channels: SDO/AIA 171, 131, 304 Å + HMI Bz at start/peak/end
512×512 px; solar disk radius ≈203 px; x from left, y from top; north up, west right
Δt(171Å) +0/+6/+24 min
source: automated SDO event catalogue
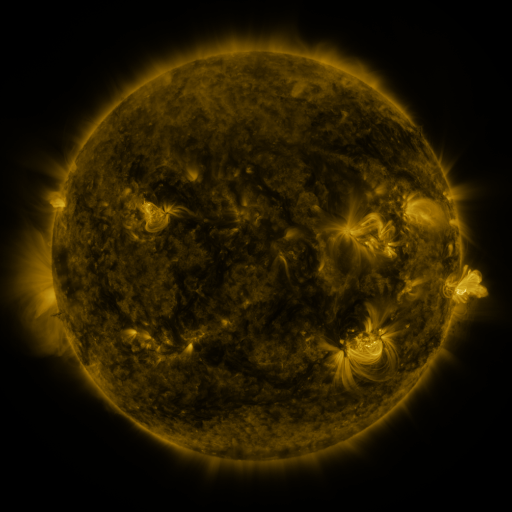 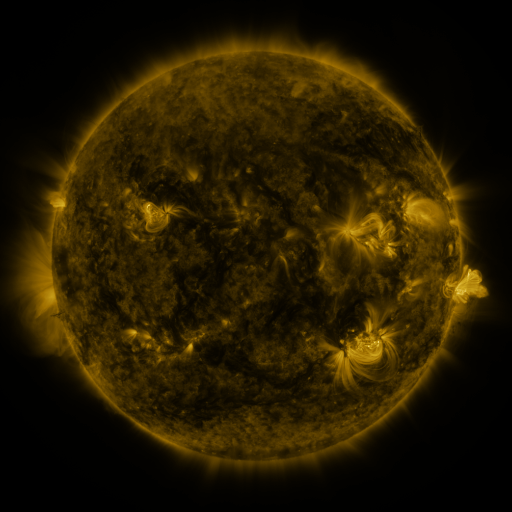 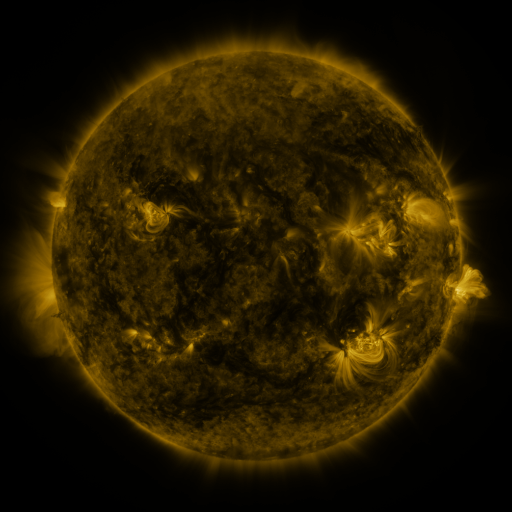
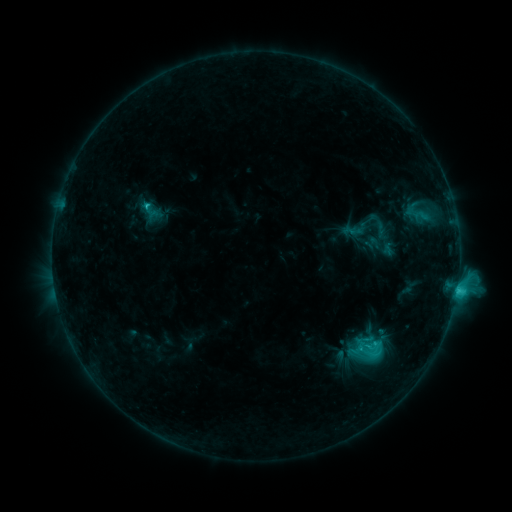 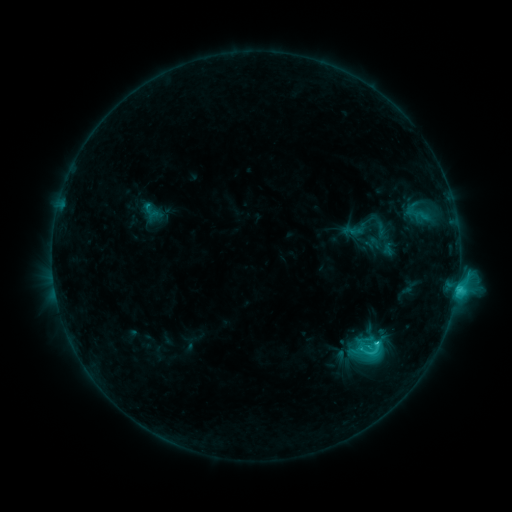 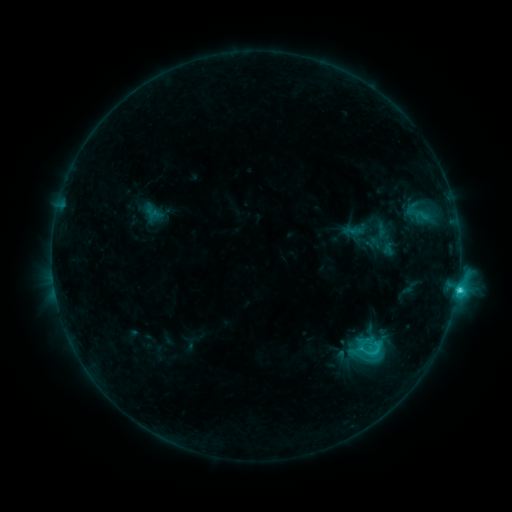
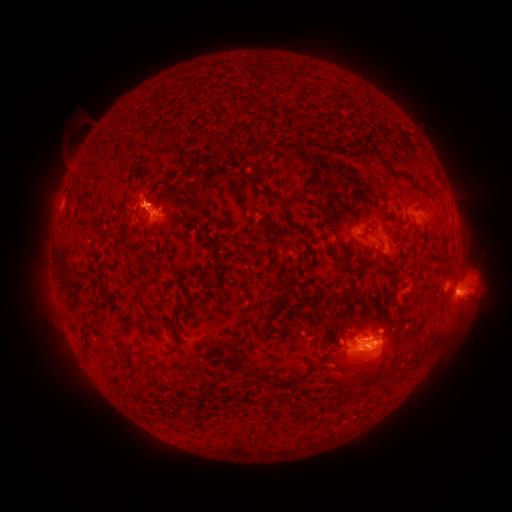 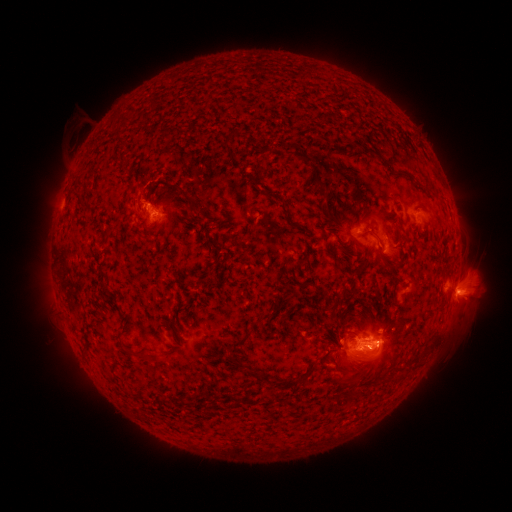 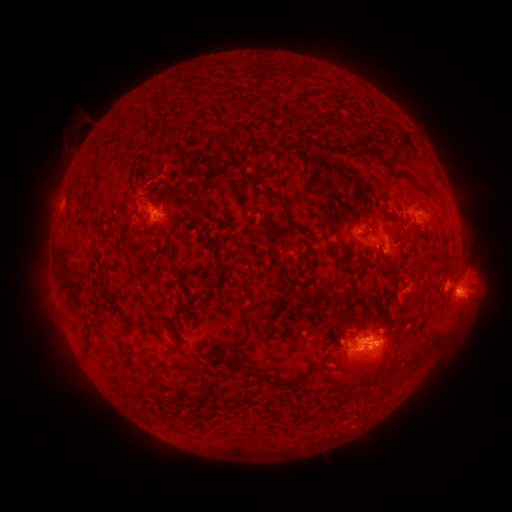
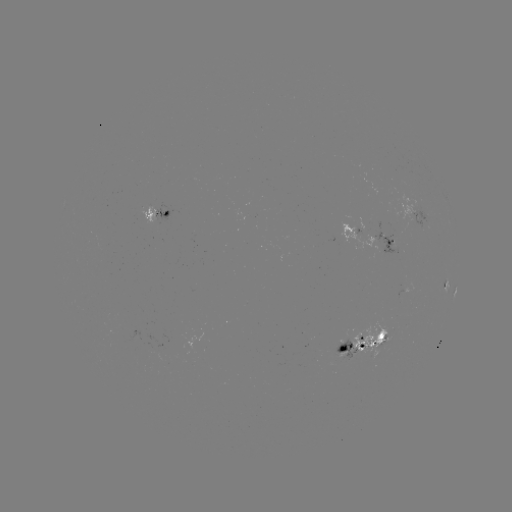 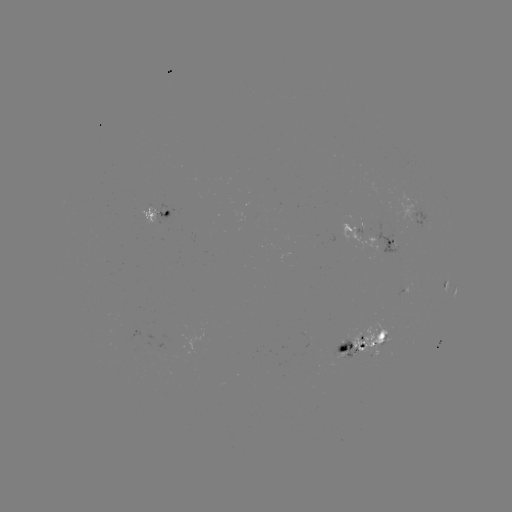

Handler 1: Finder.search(C3.1 flare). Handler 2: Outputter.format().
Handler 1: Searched C3.1 flare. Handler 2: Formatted (376, 342).